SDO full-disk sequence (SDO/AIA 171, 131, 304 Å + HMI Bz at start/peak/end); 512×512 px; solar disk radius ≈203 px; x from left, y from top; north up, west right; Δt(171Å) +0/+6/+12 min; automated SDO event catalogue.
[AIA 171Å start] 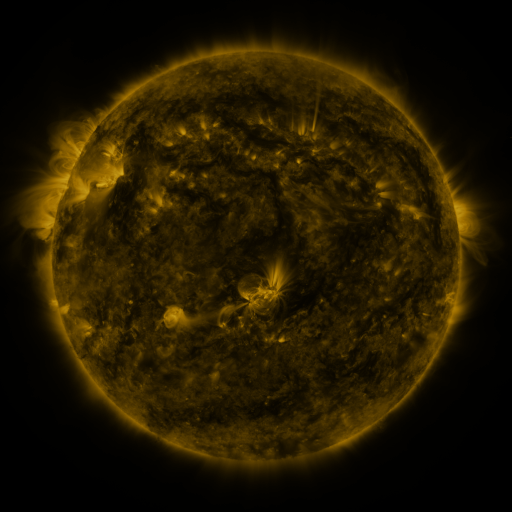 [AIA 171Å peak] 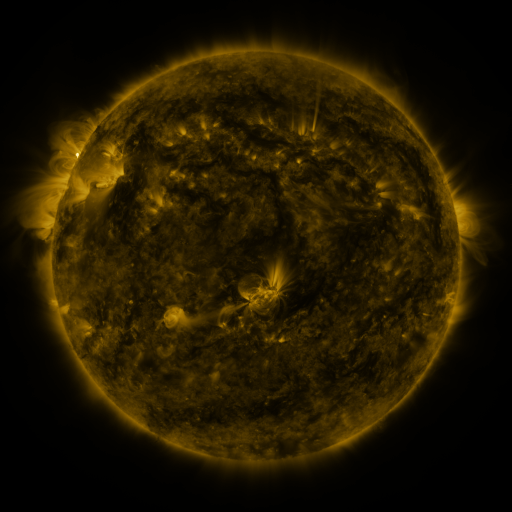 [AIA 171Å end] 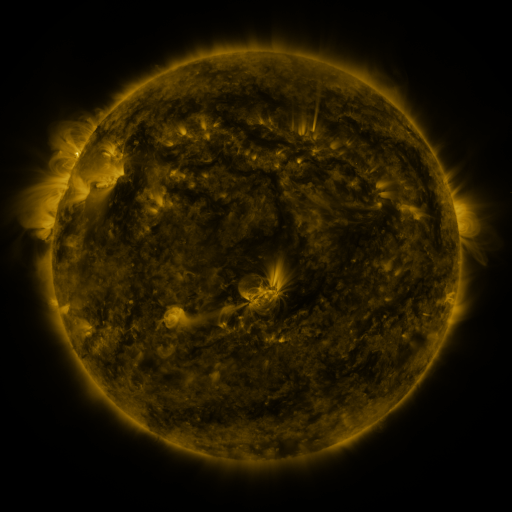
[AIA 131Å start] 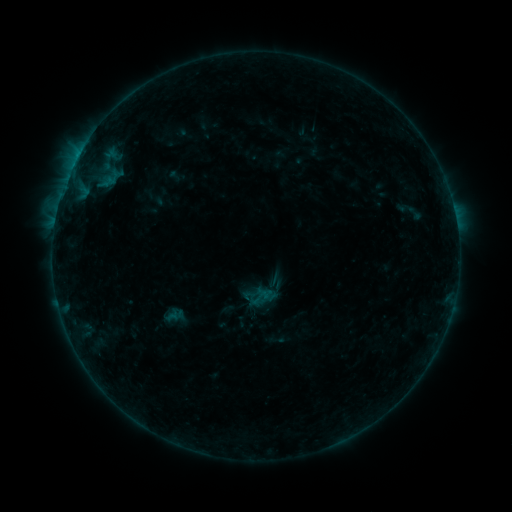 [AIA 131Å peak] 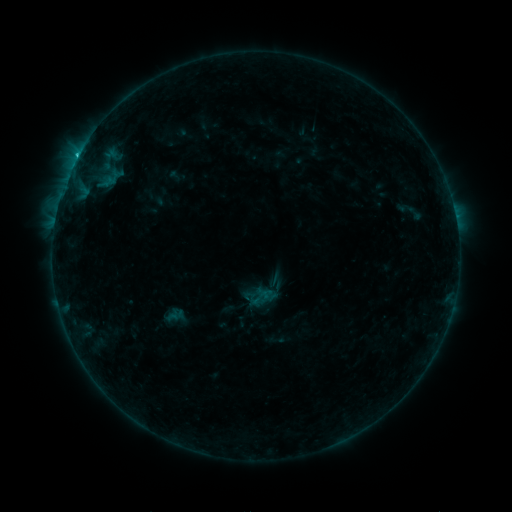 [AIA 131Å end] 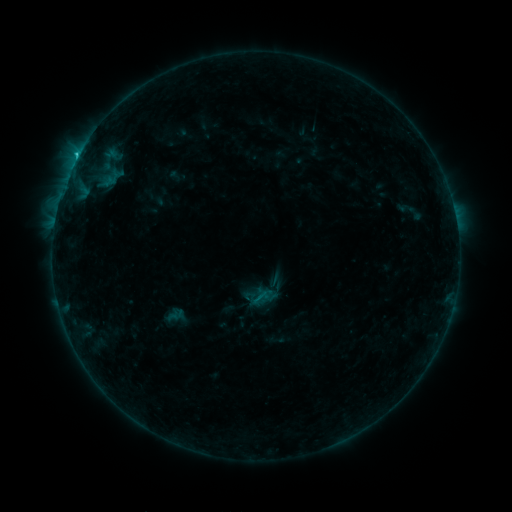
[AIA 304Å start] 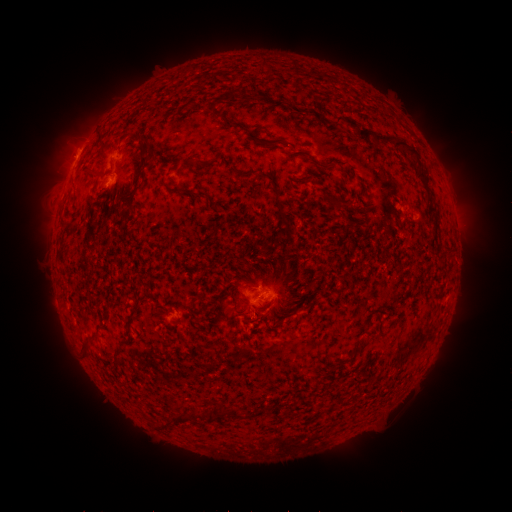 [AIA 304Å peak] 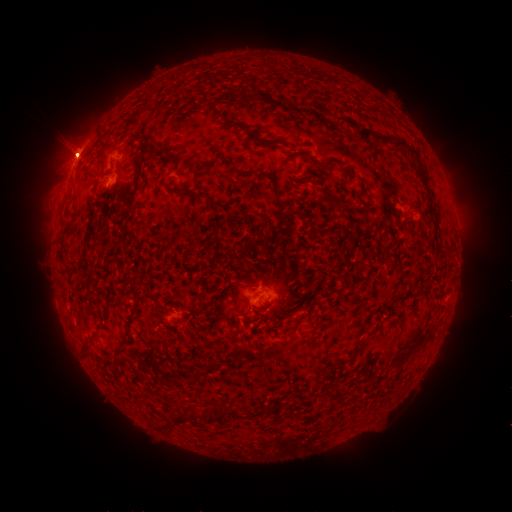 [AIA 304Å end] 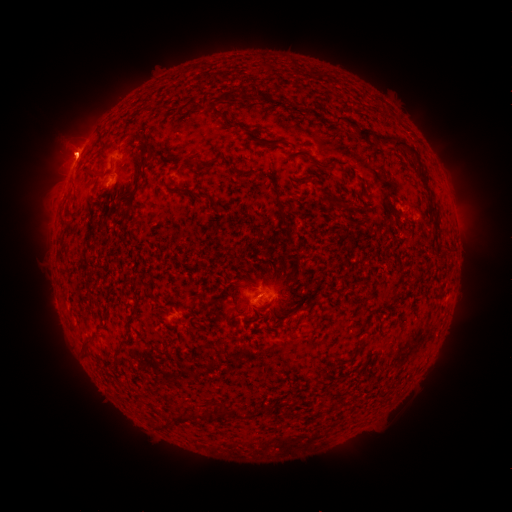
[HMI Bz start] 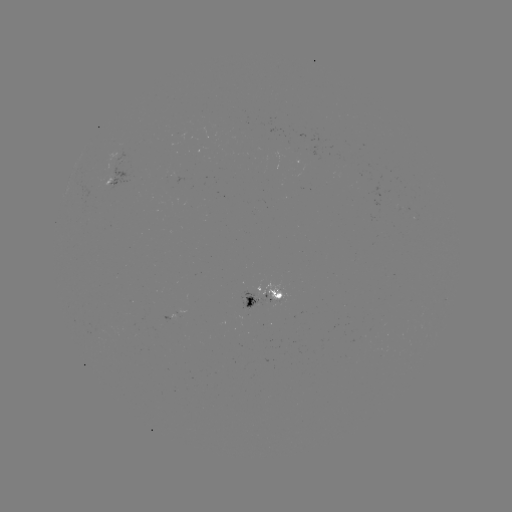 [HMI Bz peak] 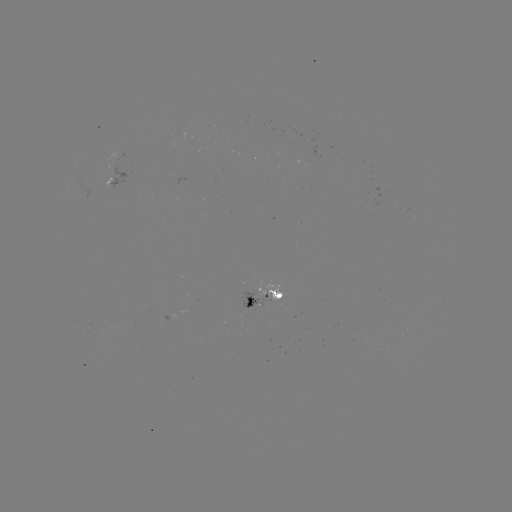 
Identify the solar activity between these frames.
C2.7 flare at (77, 159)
